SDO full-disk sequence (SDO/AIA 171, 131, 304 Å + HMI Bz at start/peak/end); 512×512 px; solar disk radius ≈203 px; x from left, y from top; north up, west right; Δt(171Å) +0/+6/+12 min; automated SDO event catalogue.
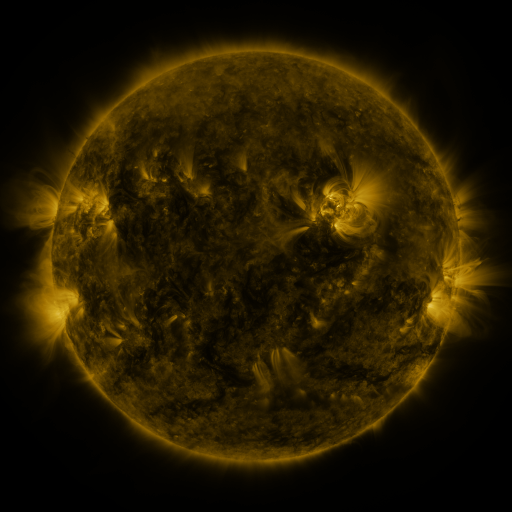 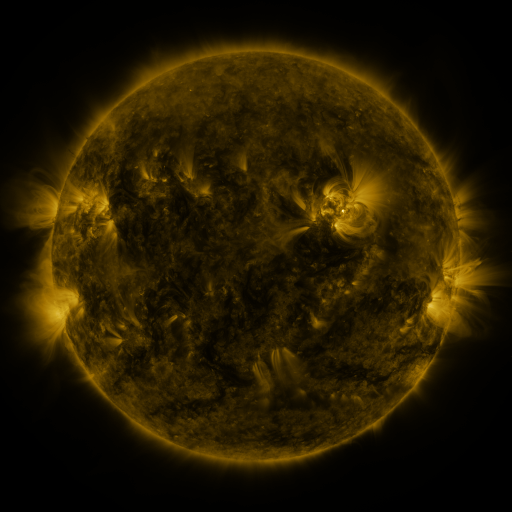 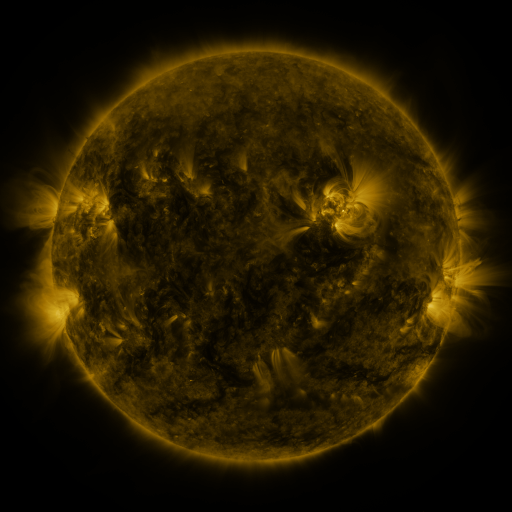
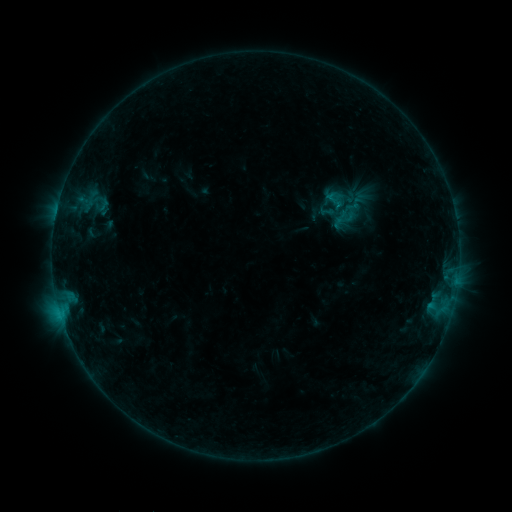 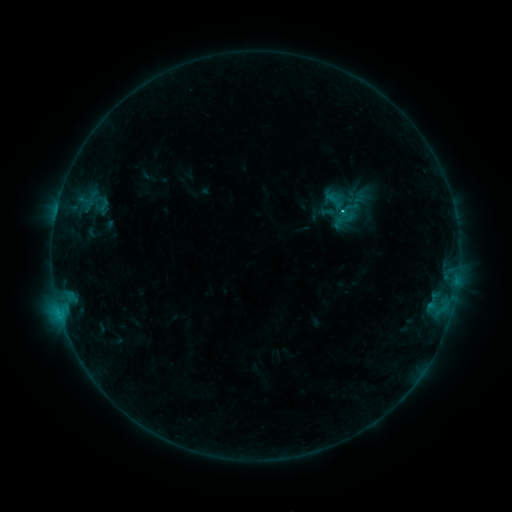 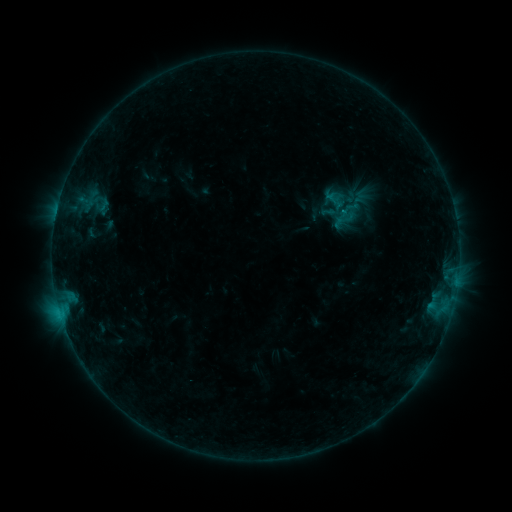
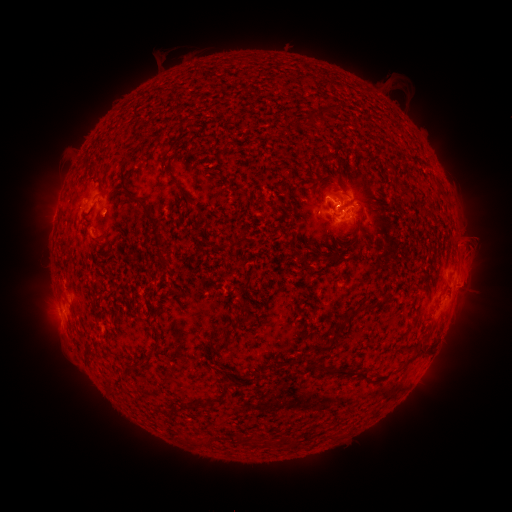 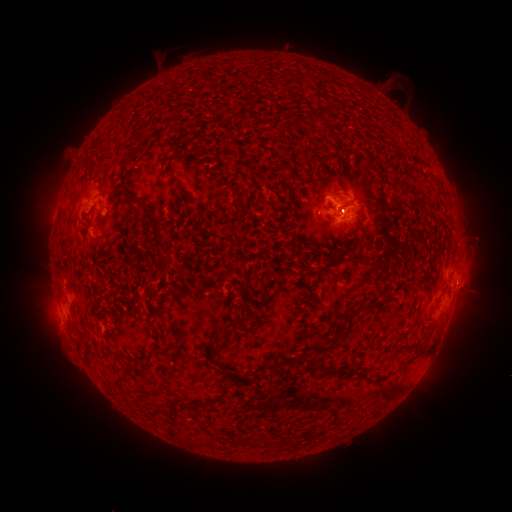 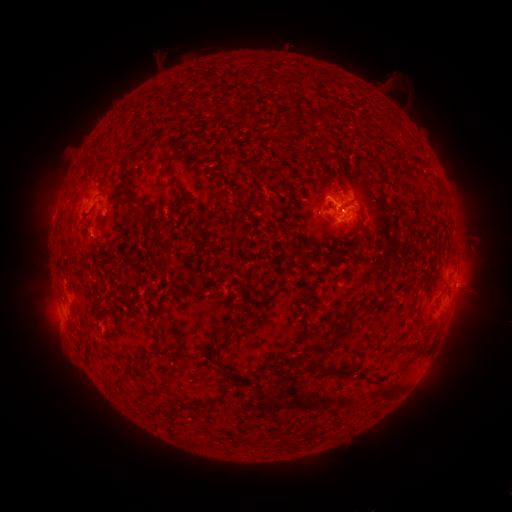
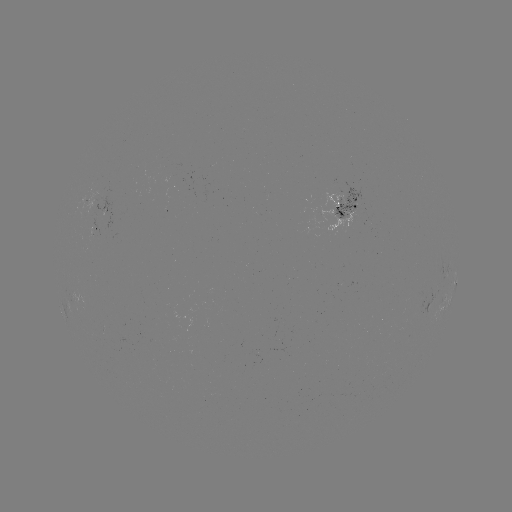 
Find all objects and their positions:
B8.4 flare: (340, 212)
